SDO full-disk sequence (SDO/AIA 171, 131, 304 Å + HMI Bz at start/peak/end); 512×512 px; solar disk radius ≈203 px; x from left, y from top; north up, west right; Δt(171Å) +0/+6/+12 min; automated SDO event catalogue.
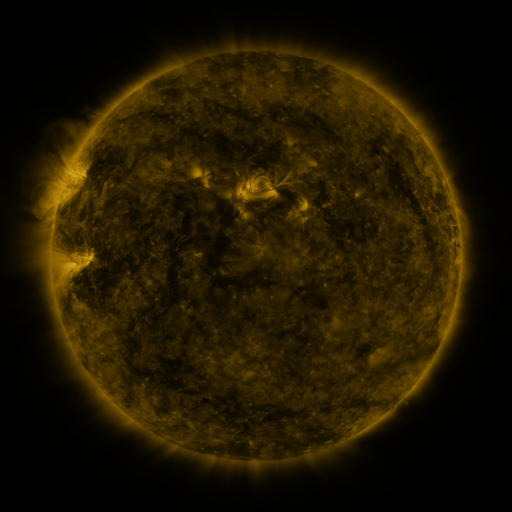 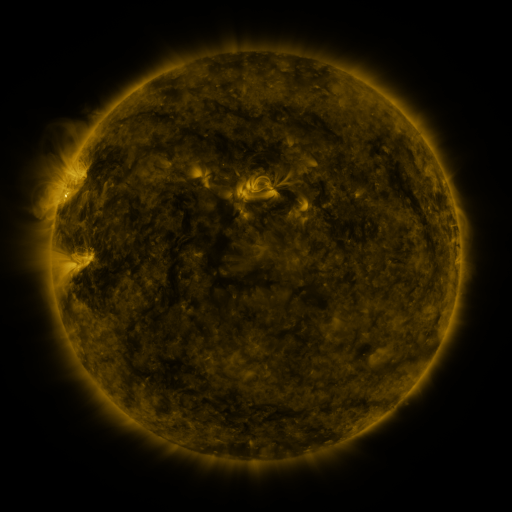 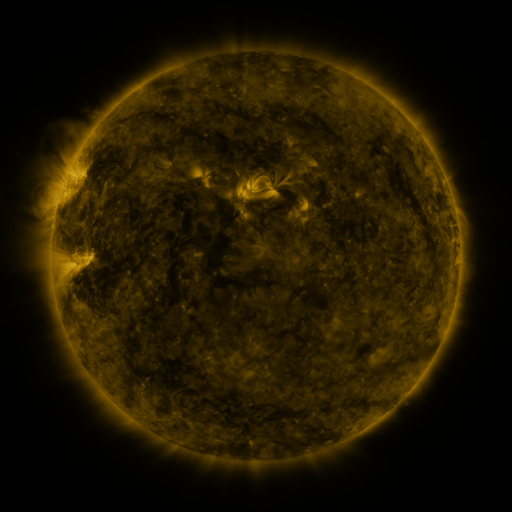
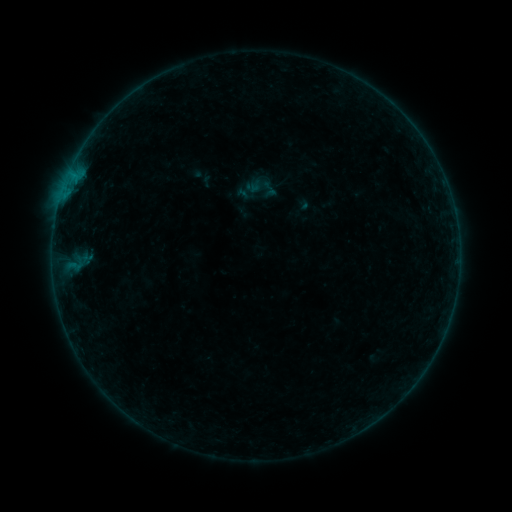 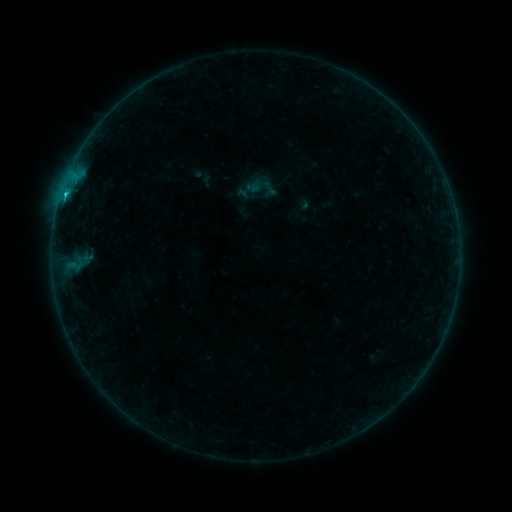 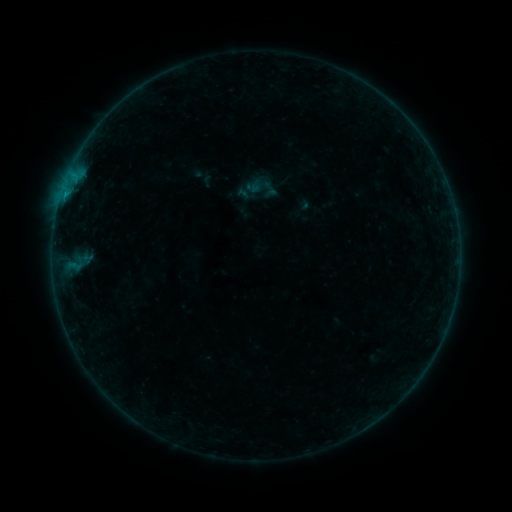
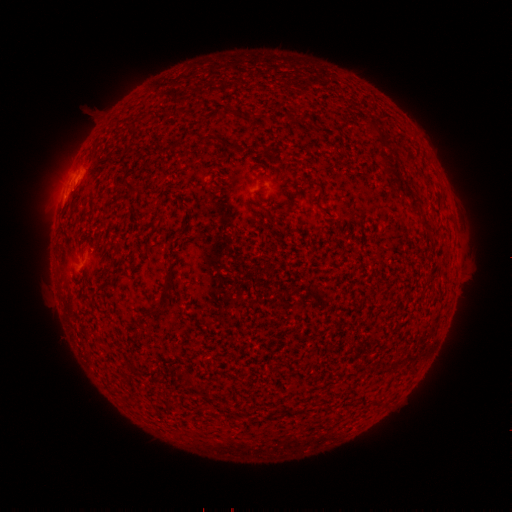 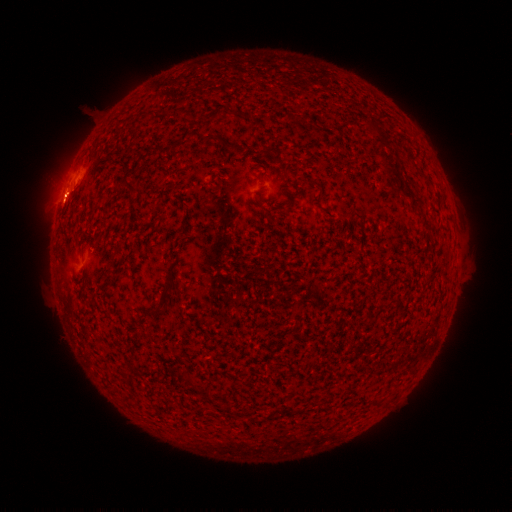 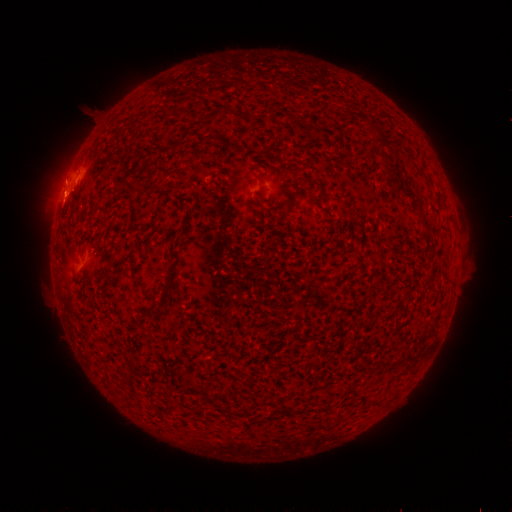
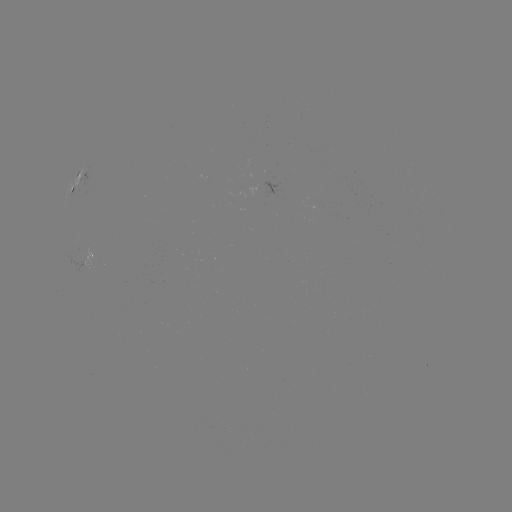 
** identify B5.4 flare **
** (65, 197) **